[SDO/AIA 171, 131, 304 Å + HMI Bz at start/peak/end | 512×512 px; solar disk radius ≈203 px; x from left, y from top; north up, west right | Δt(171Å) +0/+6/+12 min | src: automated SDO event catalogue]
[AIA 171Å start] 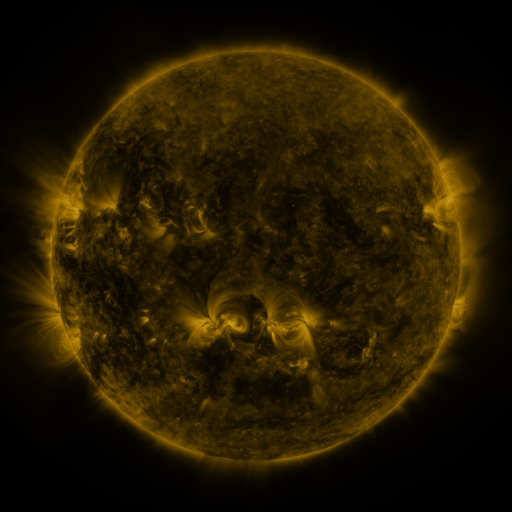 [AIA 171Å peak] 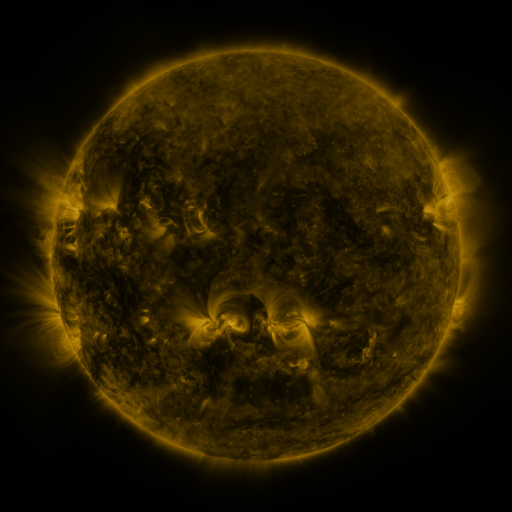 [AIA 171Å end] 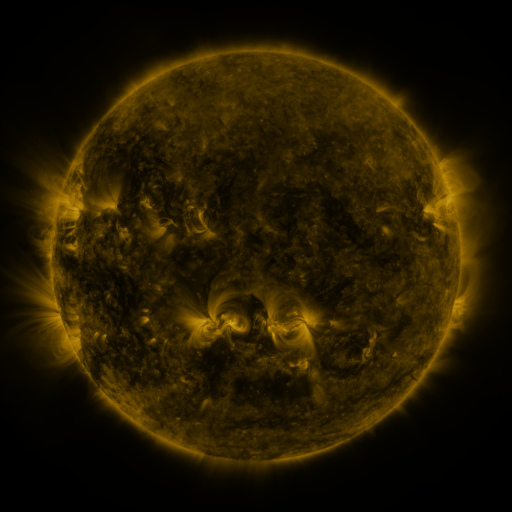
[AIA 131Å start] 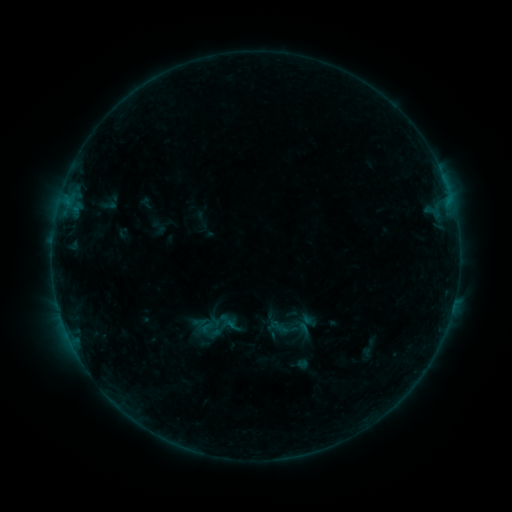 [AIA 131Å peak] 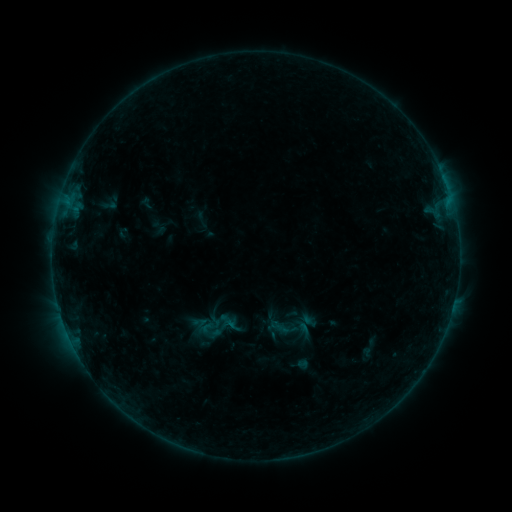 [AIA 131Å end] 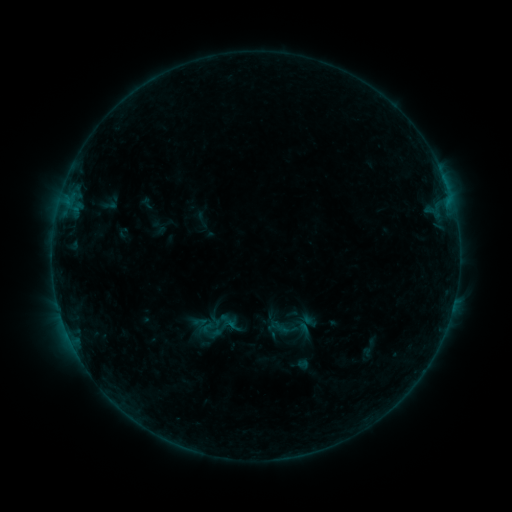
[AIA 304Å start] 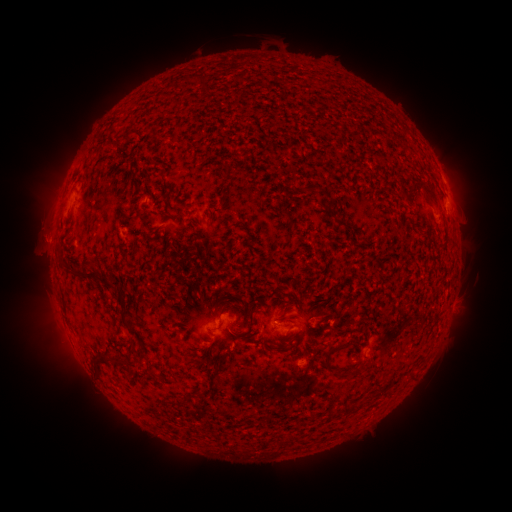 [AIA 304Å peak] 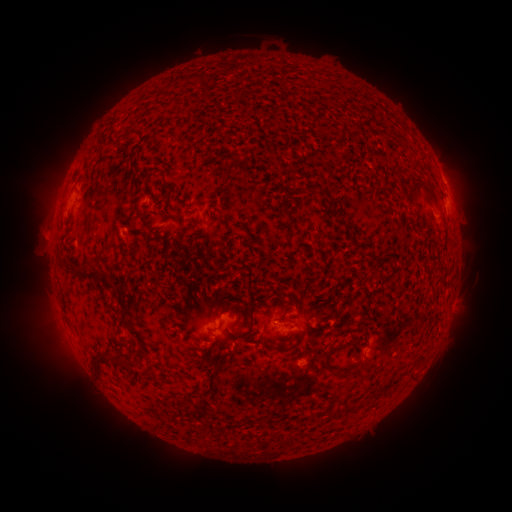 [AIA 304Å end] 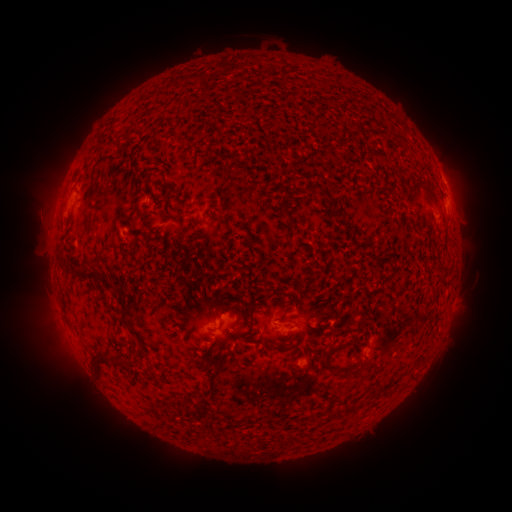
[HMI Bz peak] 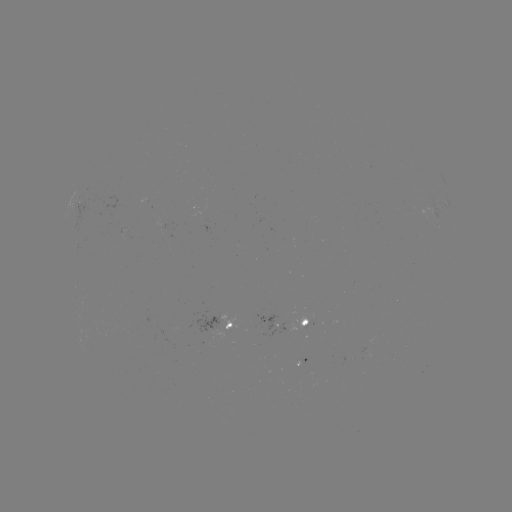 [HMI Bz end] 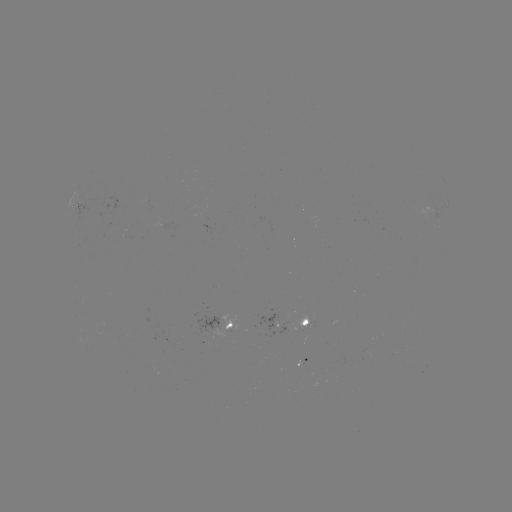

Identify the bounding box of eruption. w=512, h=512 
[16, 204, 62, 255].